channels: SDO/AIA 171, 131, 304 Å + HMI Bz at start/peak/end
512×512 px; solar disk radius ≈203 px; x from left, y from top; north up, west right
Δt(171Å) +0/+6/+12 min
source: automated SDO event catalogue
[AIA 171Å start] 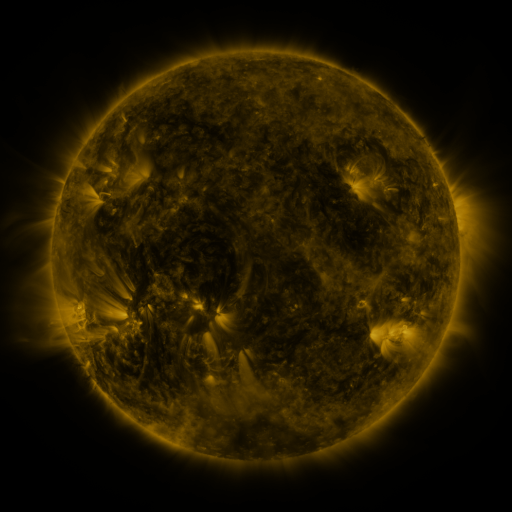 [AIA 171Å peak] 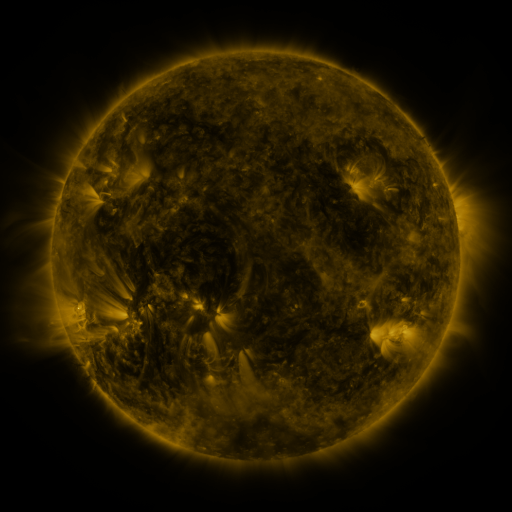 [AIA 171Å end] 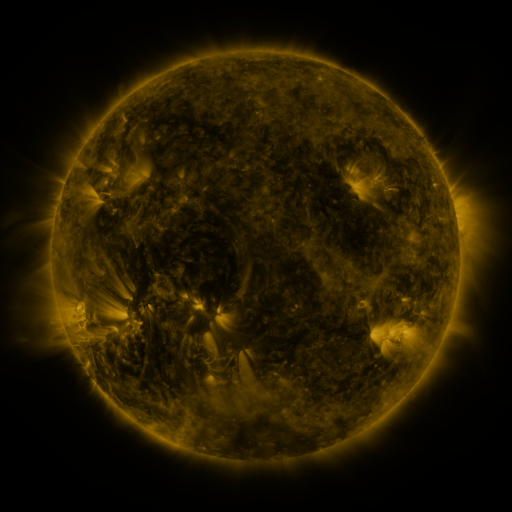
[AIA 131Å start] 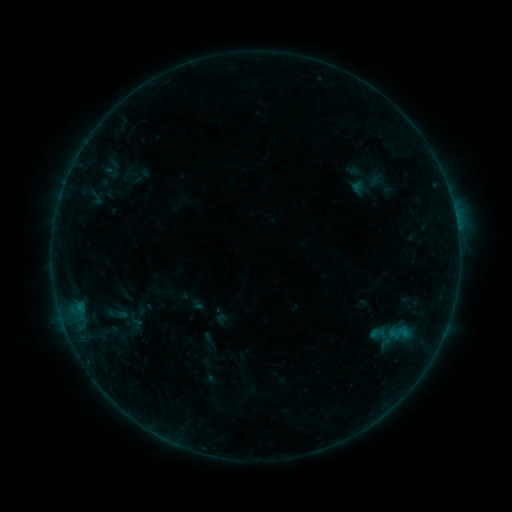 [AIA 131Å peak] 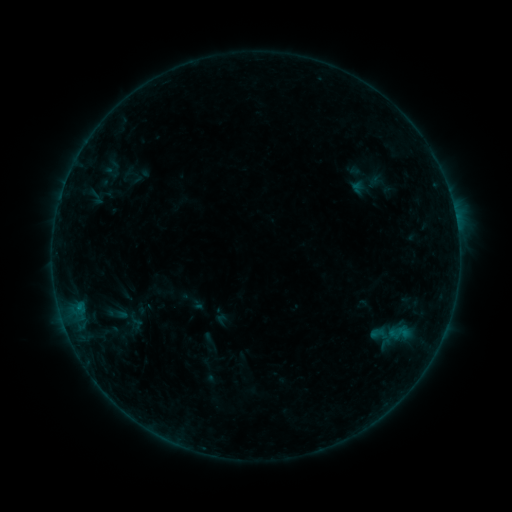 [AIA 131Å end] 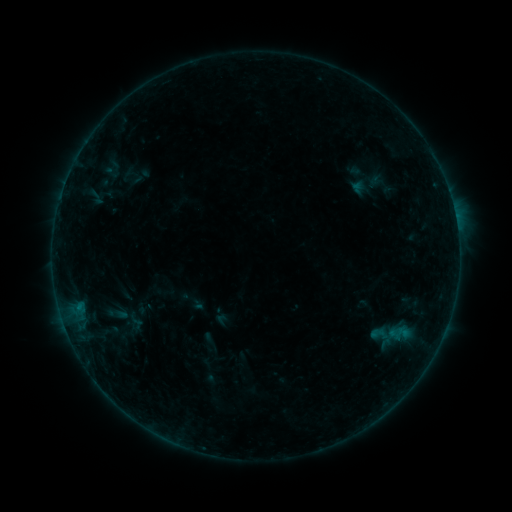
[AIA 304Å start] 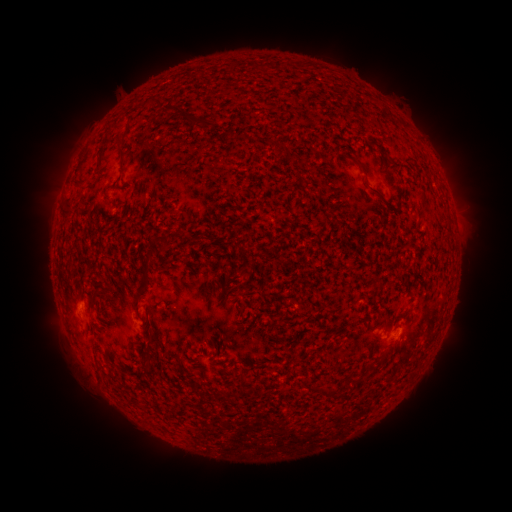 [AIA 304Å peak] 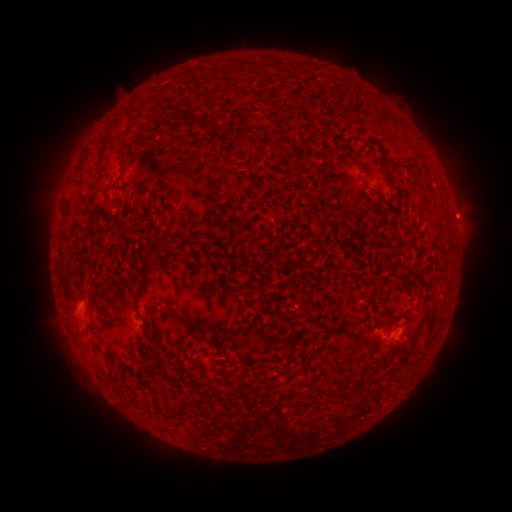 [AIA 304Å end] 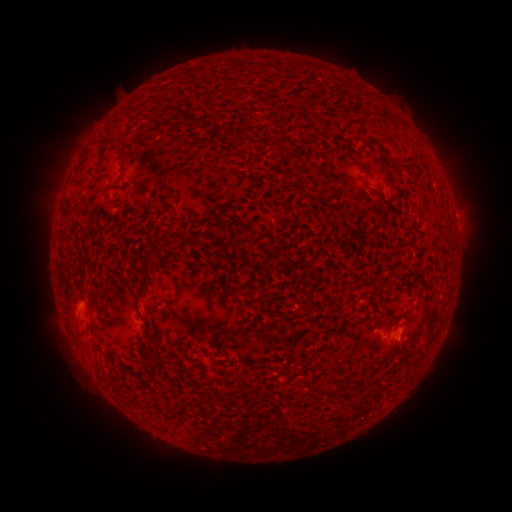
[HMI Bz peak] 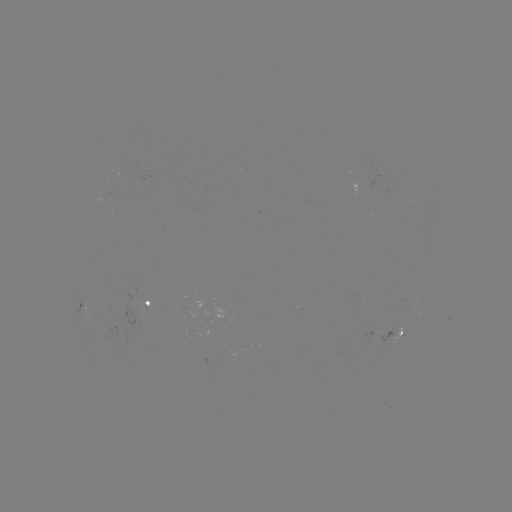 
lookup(eruption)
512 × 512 [465, 216]